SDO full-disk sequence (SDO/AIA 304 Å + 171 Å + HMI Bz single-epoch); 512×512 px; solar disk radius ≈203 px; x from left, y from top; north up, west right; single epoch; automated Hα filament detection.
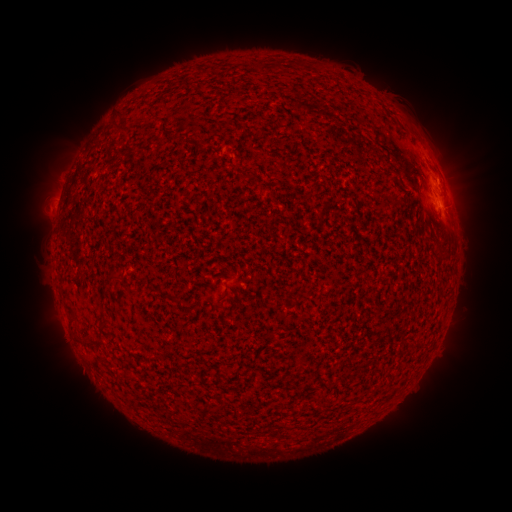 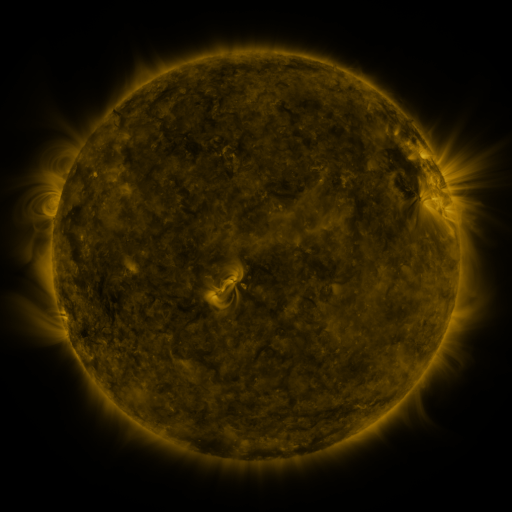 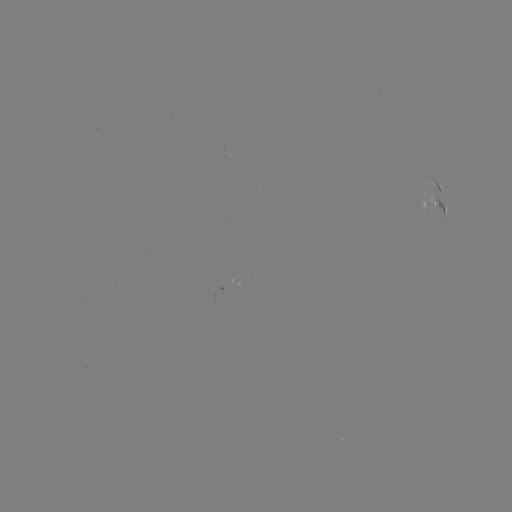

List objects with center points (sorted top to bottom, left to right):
filament: (278, 65)
filament: (120, 128)
filament: (116, 277)
filament: (70, 315)
filament: (103, 327)
filament: (93, 342)
filament: (417, 345)
filament: (214, 409)
